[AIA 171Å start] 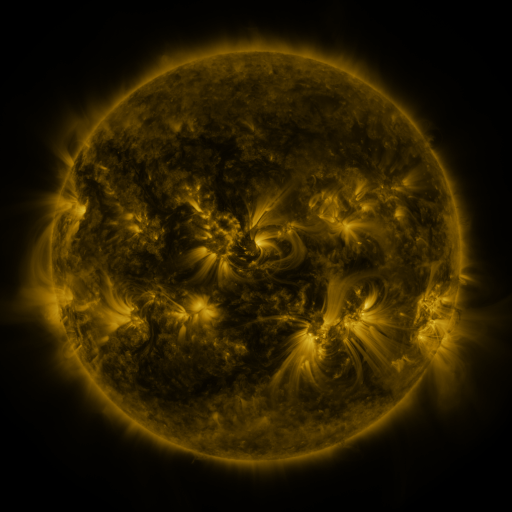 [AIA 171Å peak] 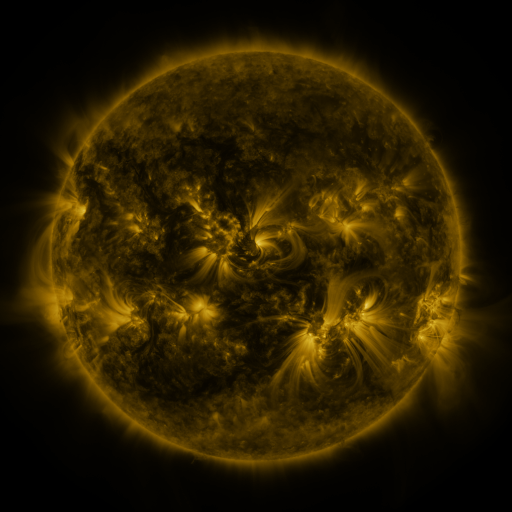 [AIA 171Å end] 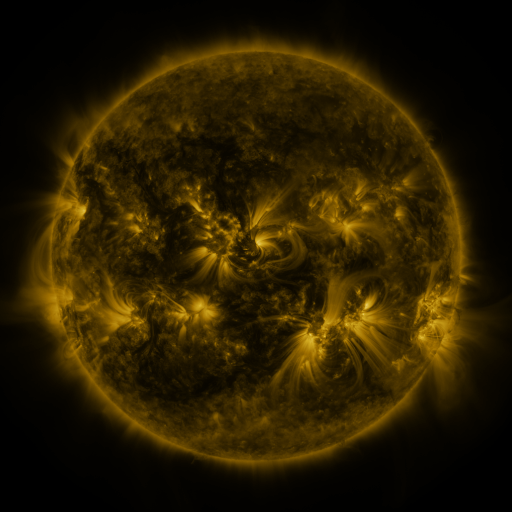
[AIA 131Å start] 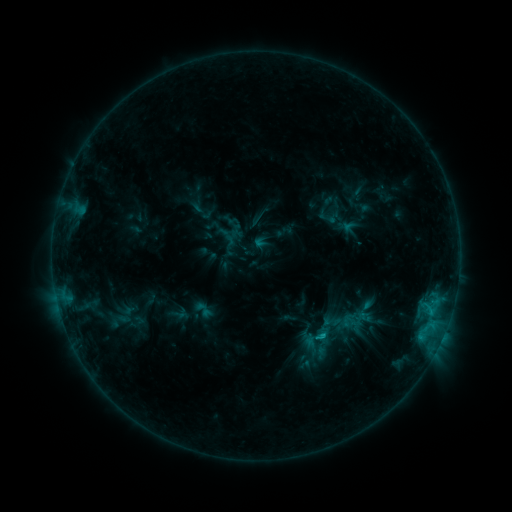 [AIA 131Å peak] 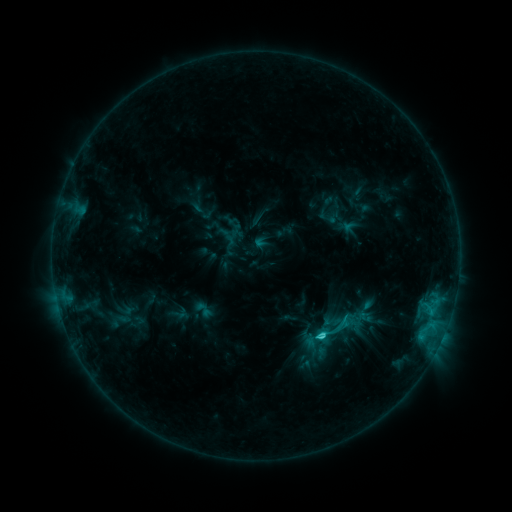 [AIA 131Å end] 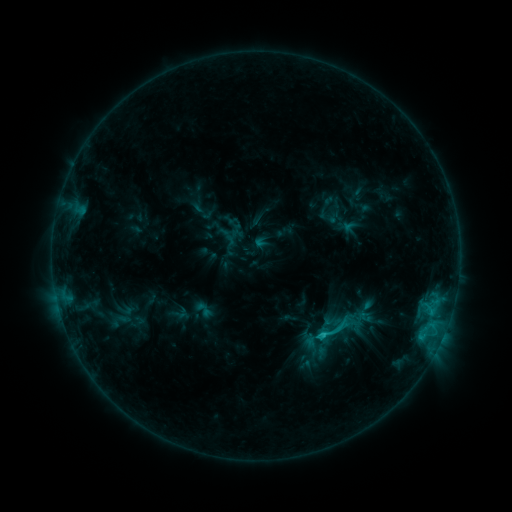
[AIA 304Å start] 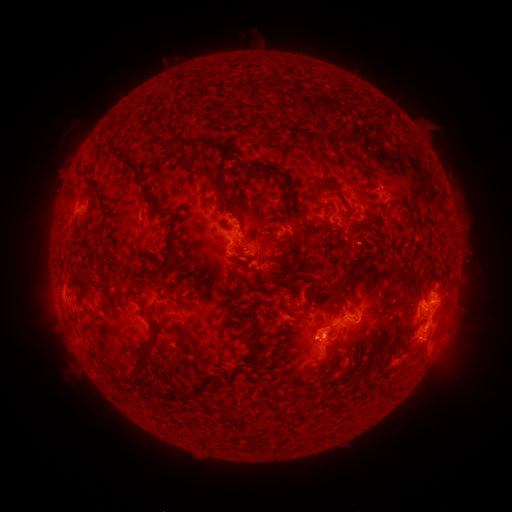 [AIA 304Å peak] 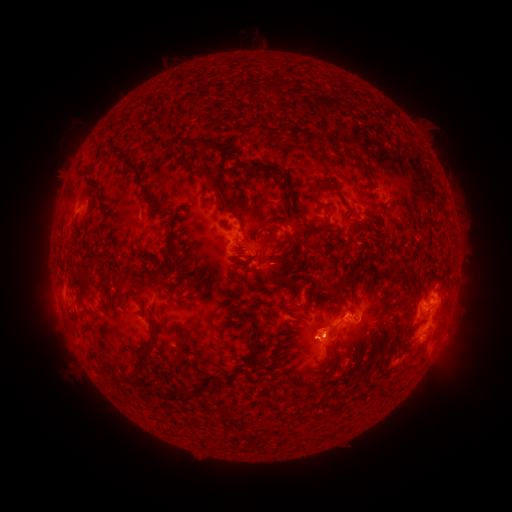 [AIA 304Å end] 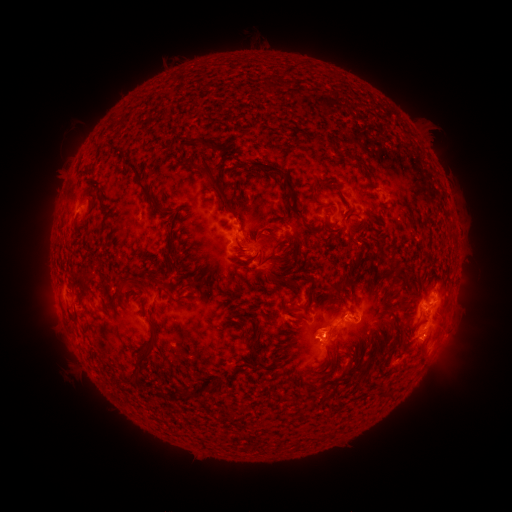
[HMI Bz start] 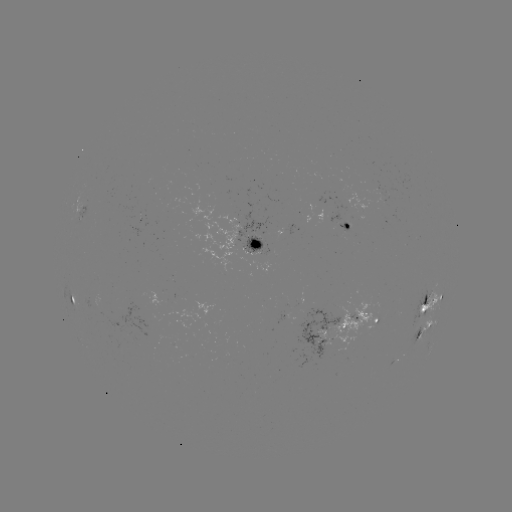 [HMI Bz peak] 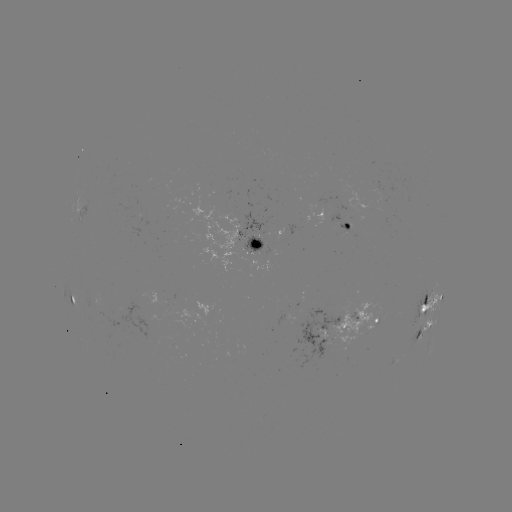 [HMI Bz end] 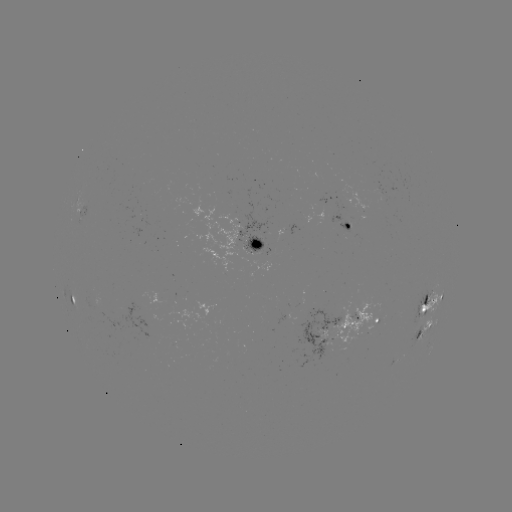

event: flare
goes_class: C2.6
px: (321, 333)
